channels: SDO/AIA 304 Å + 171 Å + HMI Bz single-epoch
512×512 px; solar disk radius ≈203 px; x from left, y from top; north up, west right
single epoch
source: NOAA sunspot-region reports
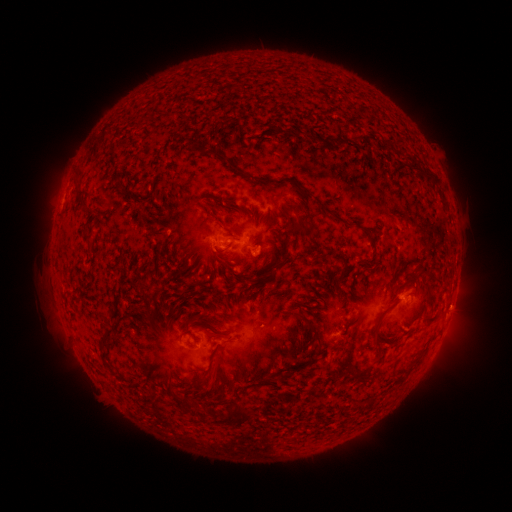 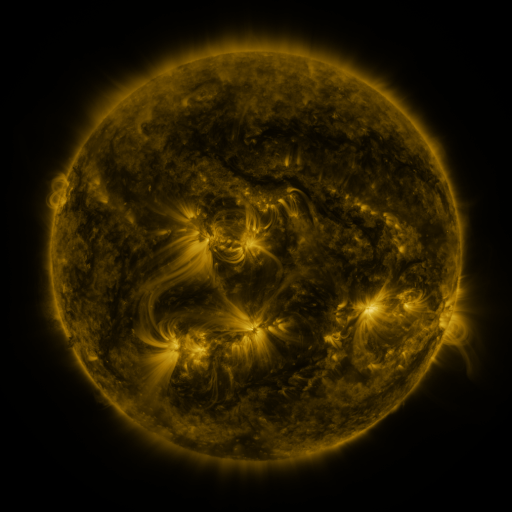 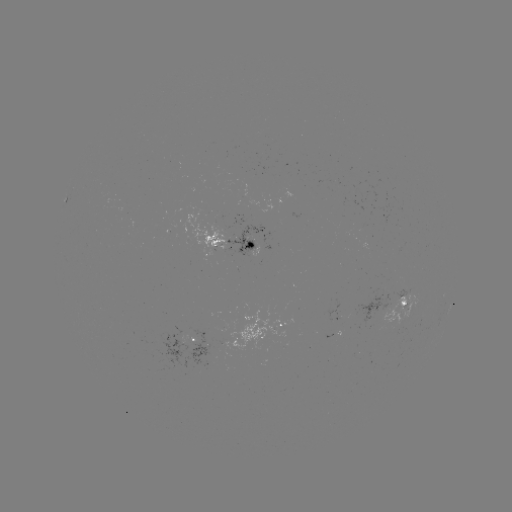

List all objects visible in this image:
spotted active region: (67, 201)
spotted active region: (234, 246)
spotted active region: (405, 303)
spotted active region: (286, 326)
spotted active region: (337, 334)
spotted active region: (196, 342)
